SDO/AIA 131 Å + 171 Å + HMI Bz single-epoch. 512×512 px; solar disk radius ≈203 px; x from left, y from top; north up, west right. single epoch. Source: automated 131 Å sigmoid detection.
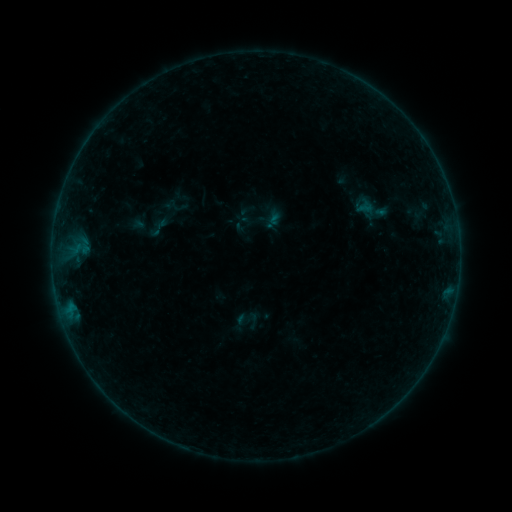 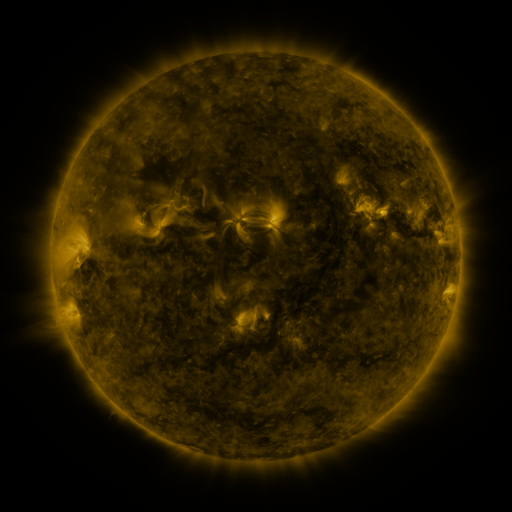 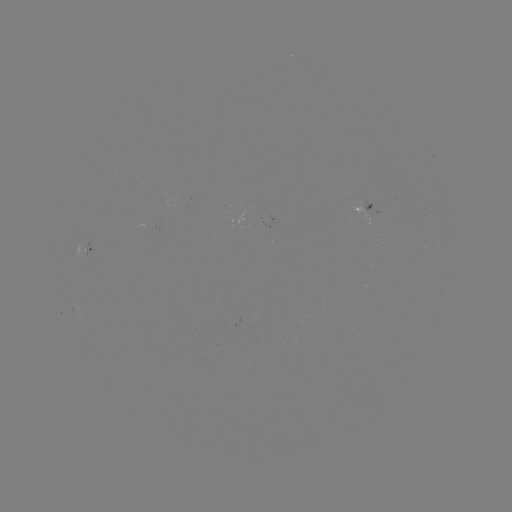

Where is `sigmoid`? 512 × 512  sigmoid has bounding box [148, 216, 170, 239].